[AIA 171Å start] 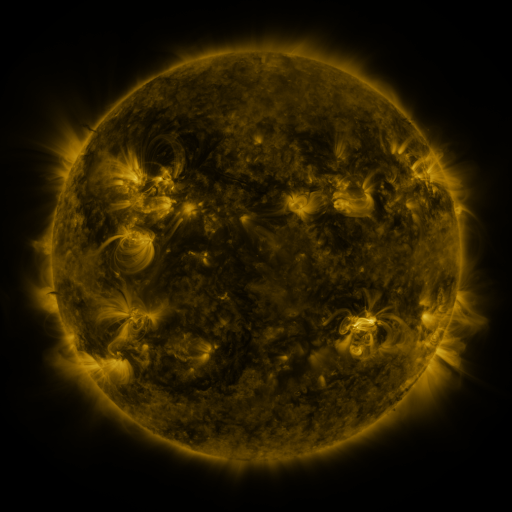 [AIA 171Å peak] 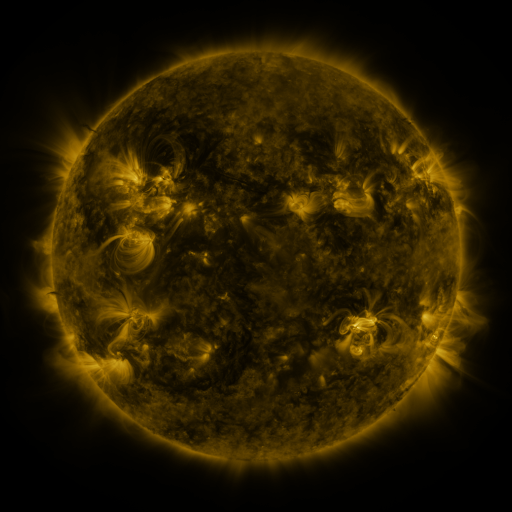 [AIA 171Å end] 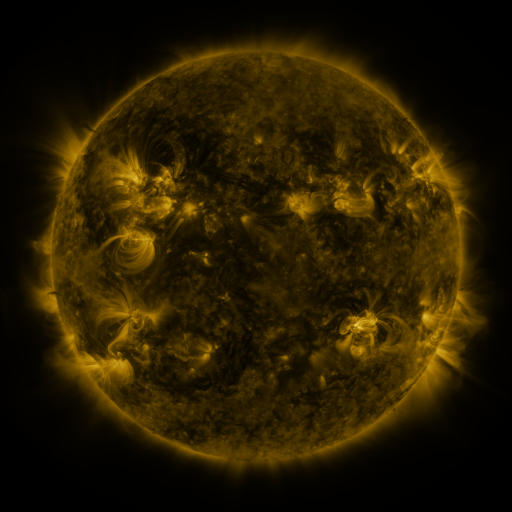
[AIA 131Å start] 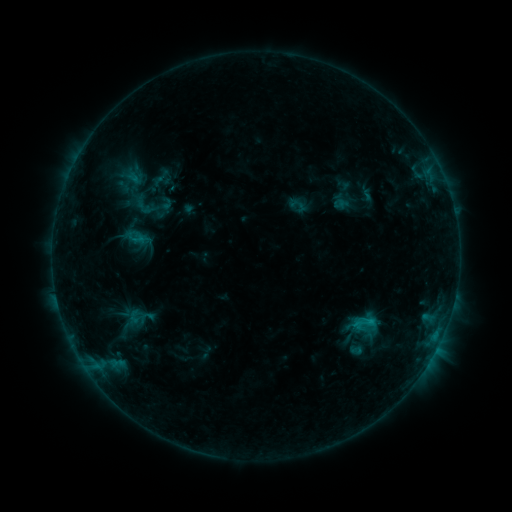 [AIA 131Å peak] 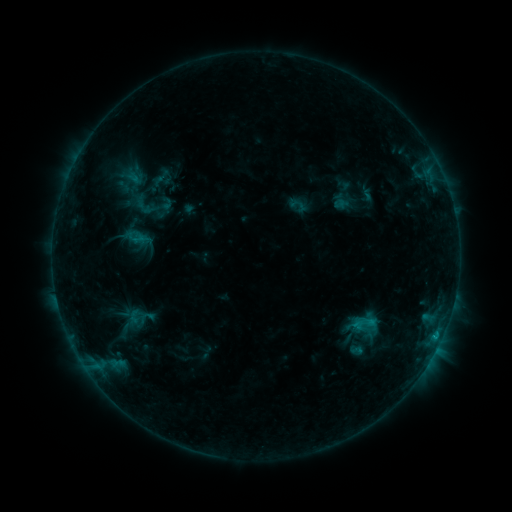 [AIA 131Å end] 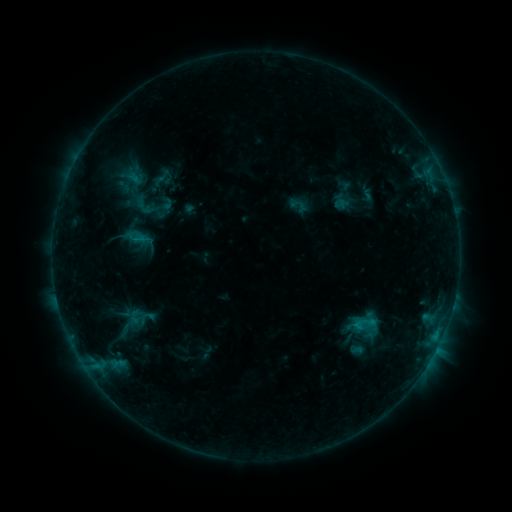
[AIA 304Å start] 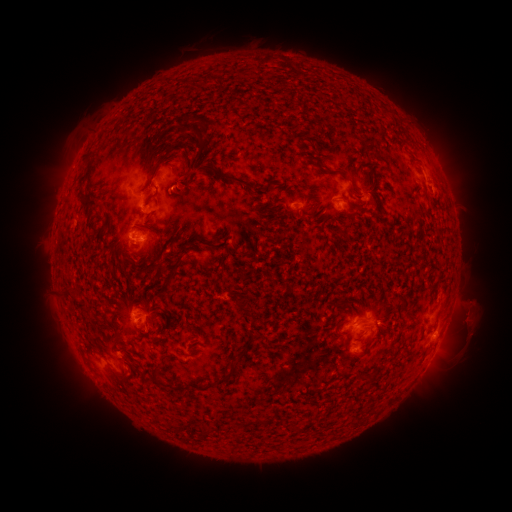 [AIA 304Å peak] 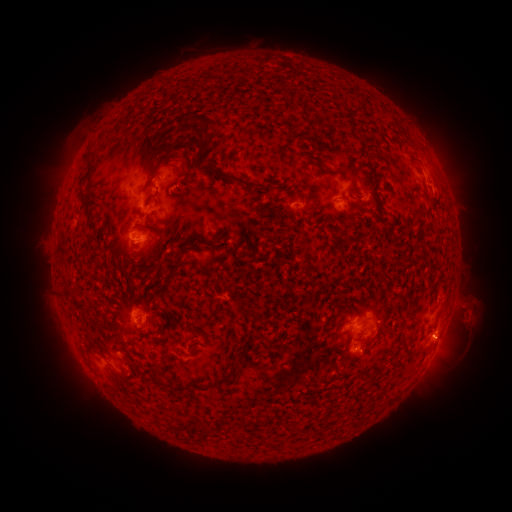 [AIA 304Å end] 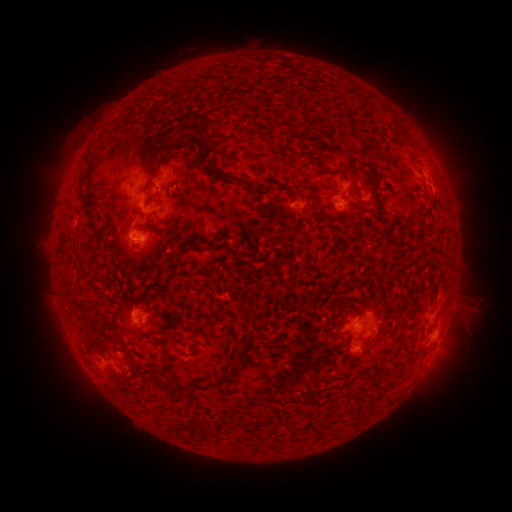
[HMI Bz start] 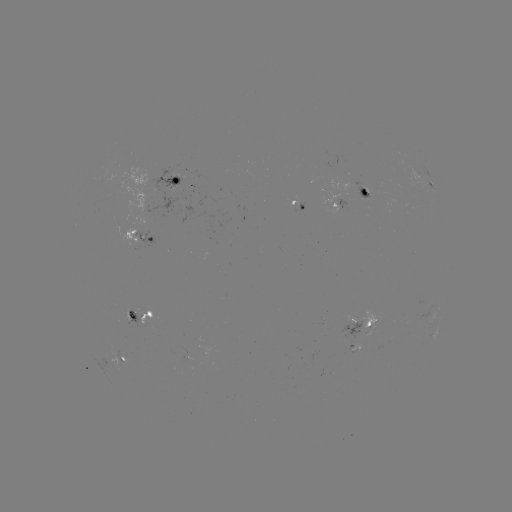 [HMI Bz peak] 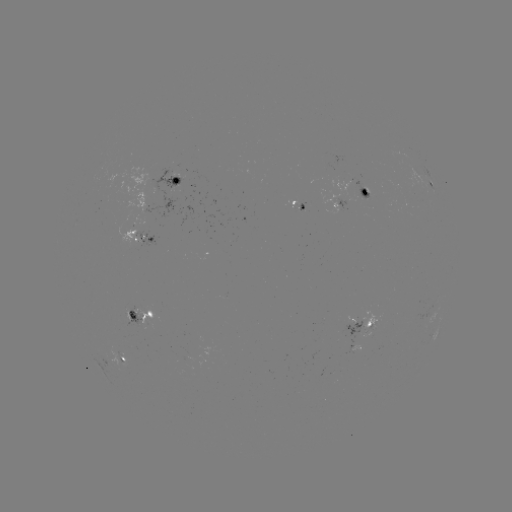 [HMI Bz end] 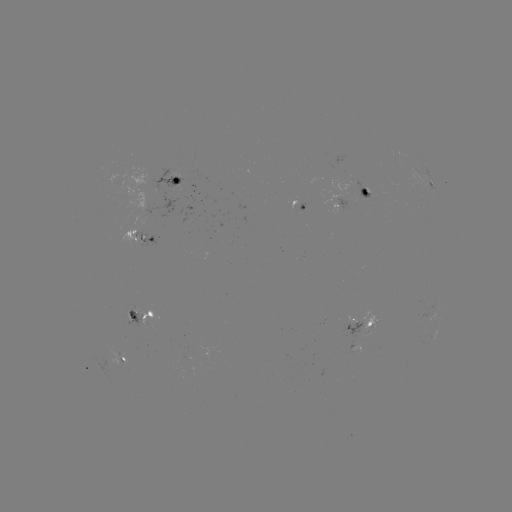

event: eruption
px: (473, 315)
